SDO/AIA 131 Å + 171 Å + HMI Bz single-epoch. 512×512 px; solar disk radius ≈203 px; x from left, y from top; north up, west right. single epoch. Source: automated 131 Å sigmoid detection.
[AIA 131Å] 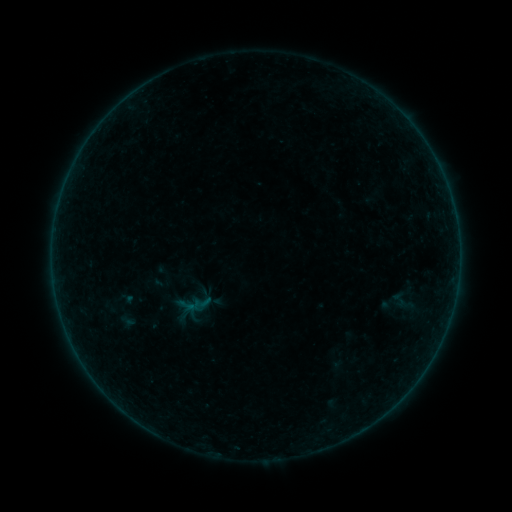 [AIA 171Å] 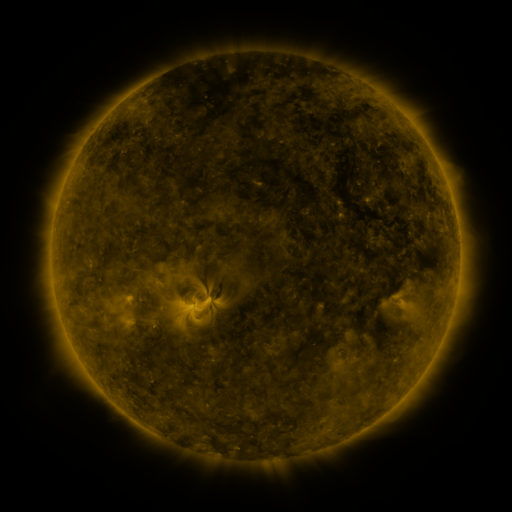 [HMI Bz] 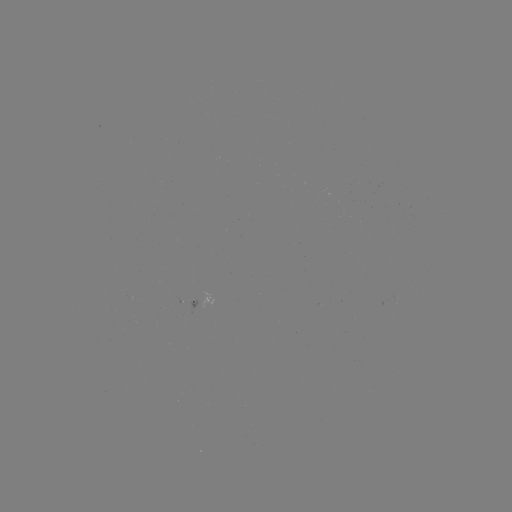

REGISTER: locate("sigmoid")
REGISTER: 403,301